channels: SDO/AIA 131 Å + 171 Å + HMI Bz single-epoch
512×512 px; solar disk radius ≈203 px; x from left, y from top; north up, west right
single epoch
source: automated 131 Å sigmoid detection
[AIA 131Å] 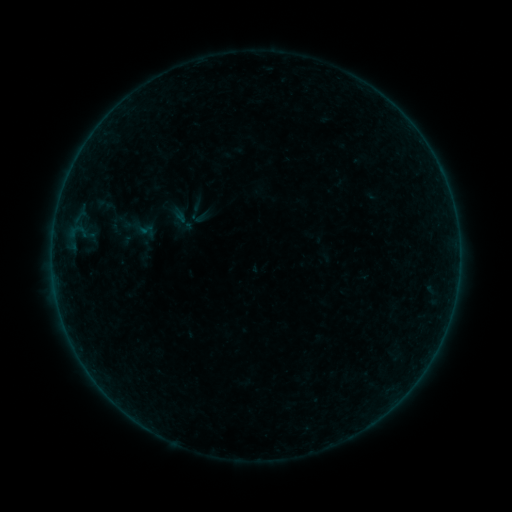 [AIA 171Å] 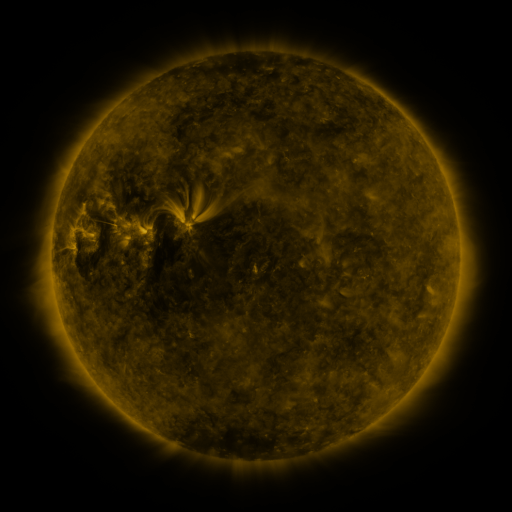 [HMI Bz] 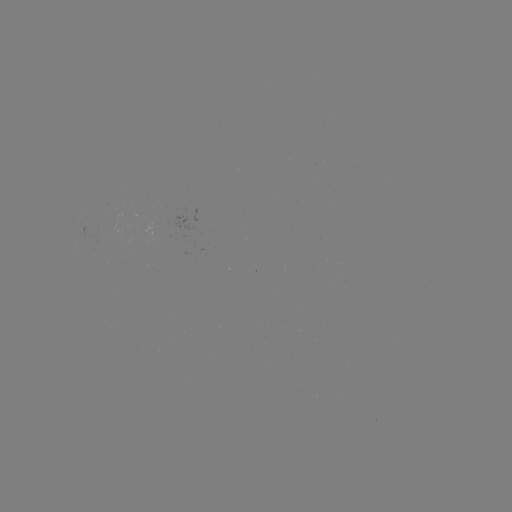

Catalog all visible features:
sigmoid: (200, 217)
